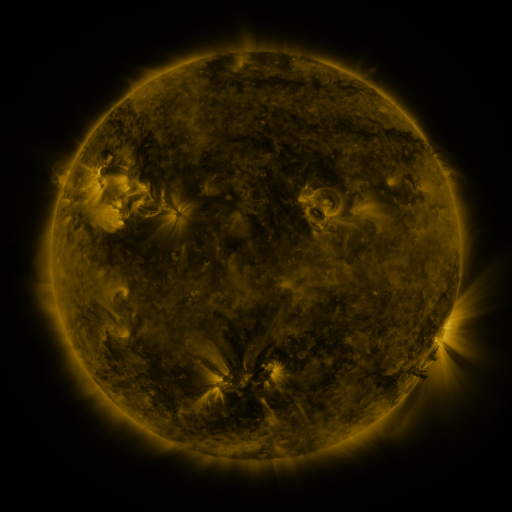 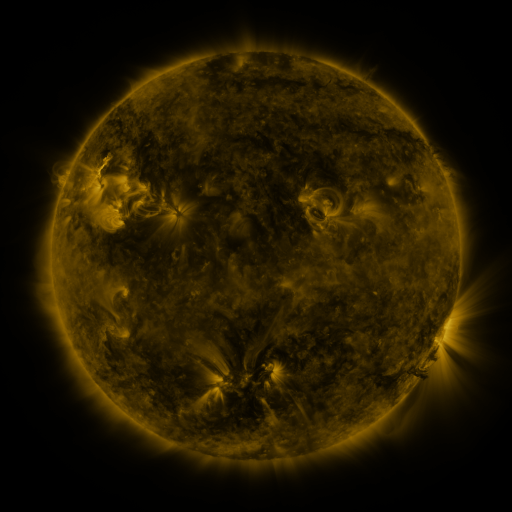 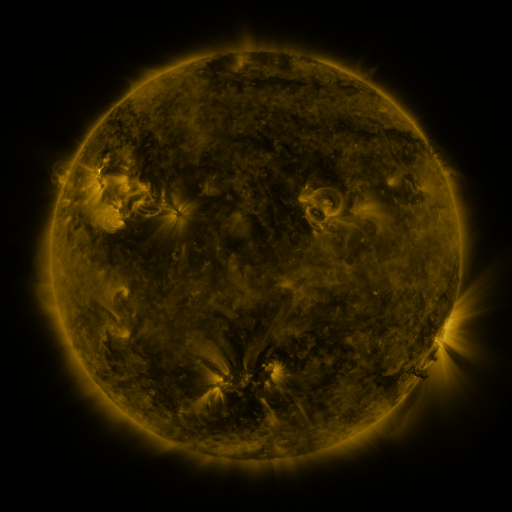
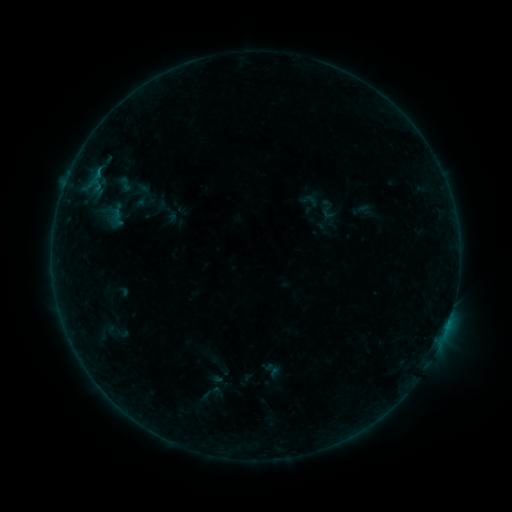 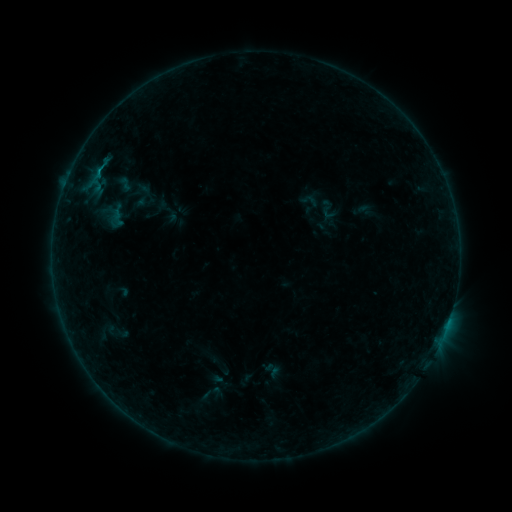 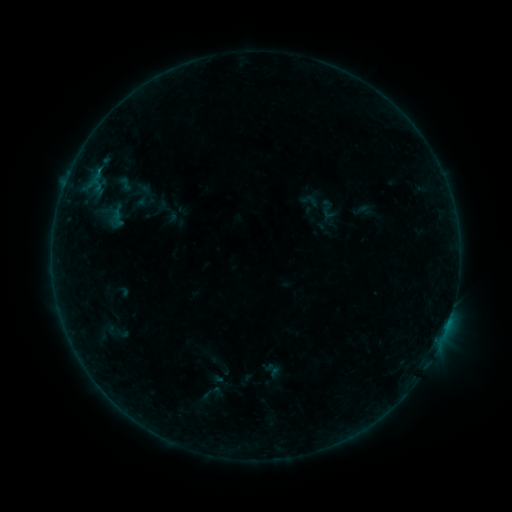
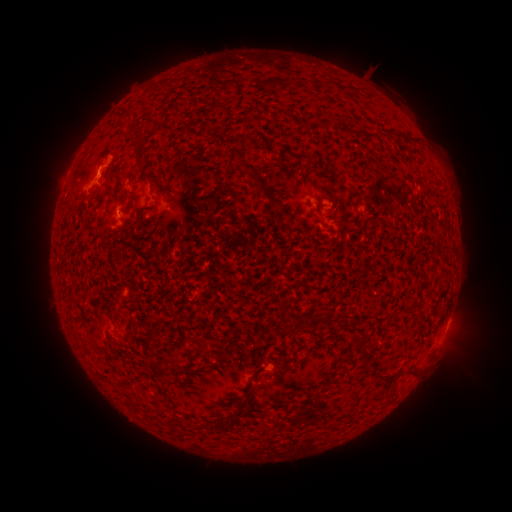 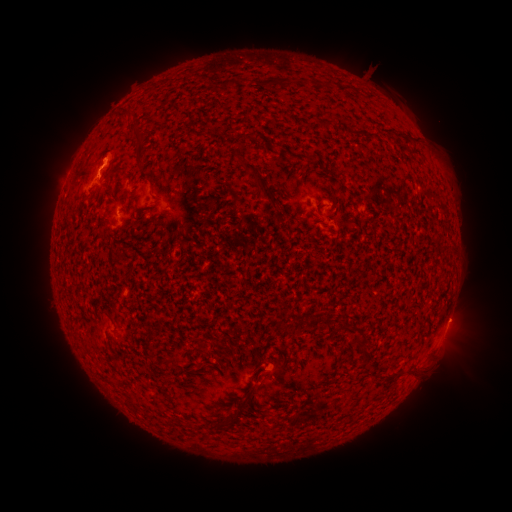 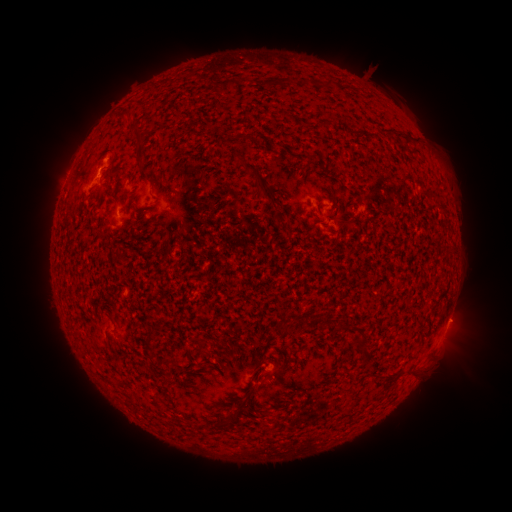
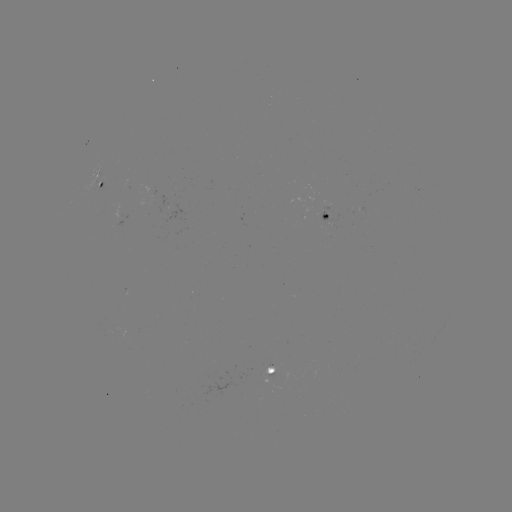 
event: flare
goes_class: B2.3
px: (104, 166)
